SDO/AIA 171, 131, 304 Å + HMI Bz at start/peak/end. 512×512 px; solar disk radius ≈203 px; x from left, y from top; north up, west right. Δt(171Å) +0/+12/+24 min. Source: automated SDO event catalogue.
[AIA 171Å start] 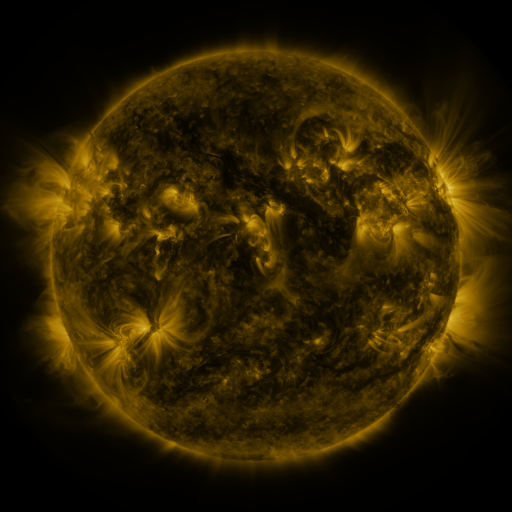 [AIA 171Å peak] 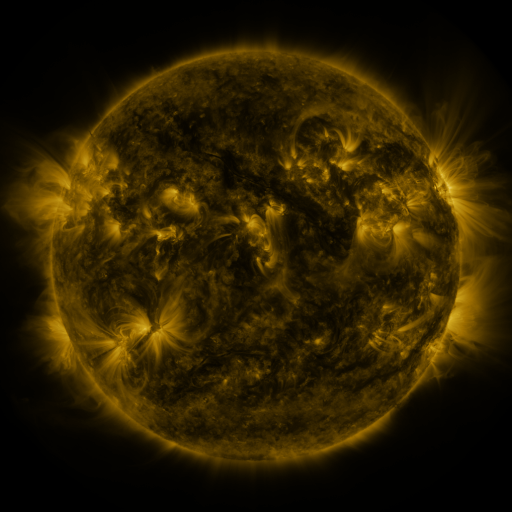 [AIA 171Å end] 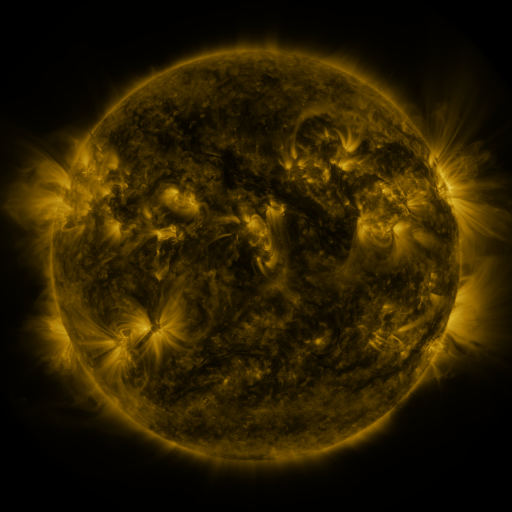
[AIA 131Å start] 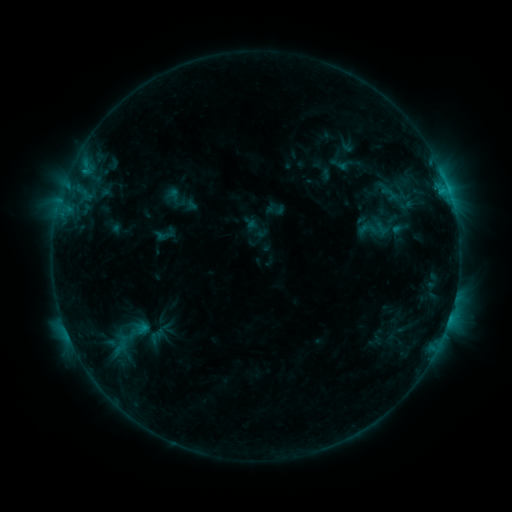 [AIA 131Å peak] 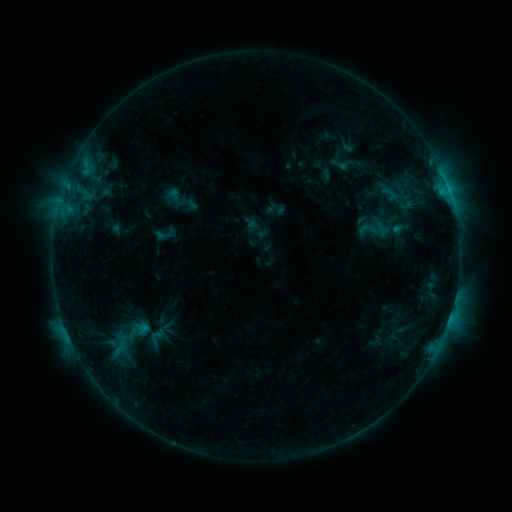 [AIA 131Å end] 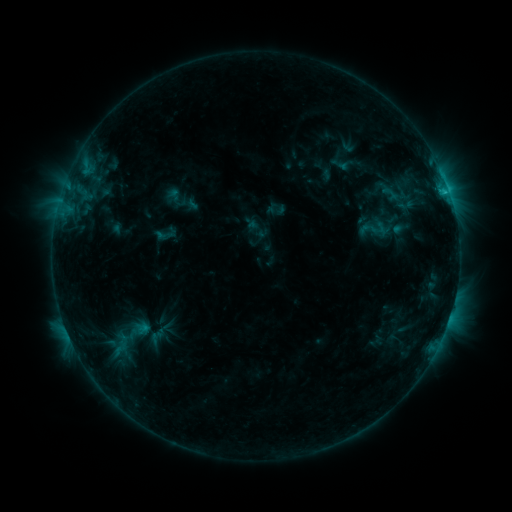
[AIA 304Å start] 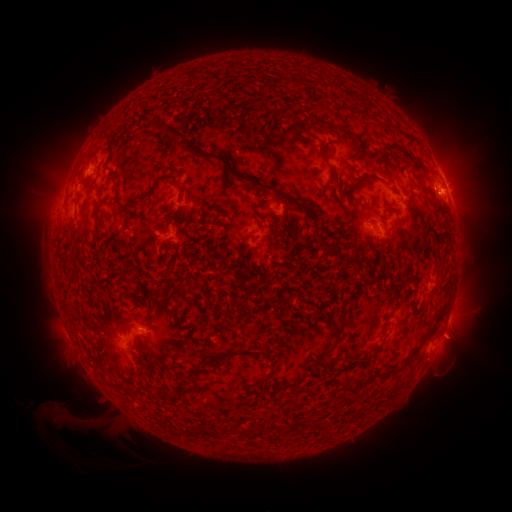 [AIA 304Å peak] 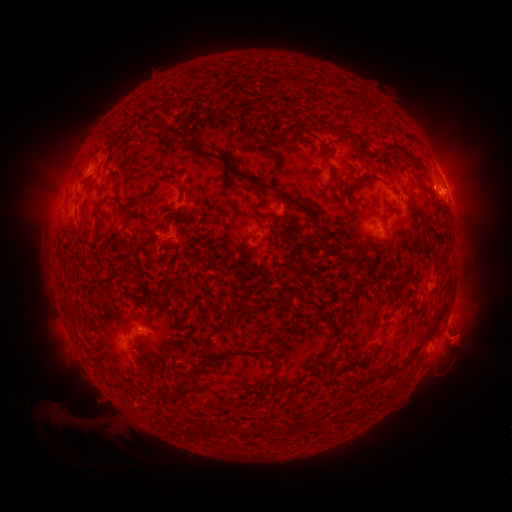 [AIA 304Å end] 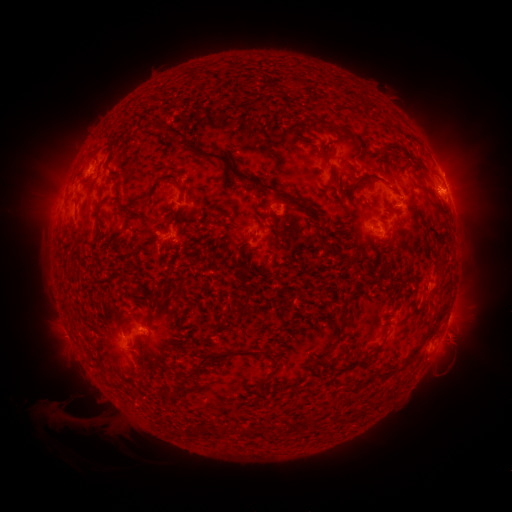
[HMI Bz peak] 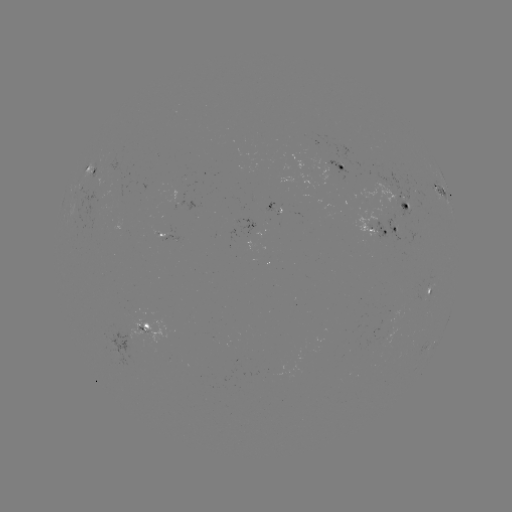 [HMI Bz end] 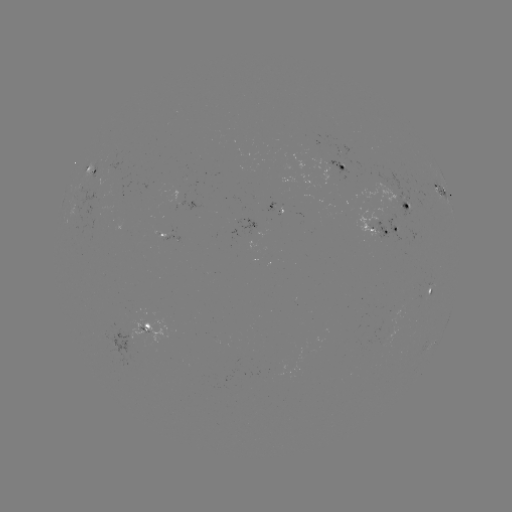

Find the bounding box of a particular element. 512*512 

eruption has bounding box [432, 315, 487, 369].